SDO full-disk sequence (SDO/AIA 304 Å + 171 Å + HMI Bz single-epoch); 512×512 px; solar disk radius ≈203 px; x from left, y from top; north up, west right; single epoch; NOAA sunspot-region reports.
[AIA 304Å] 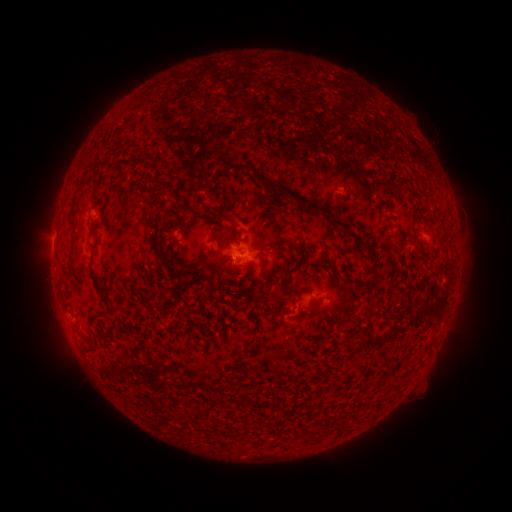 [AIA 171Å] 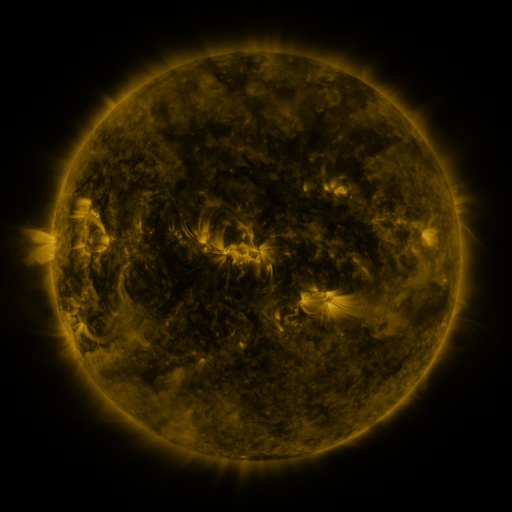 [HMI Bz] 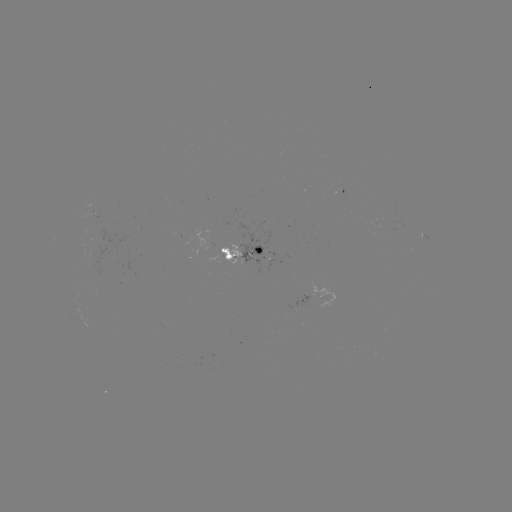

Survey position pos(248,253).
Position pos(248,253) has spotted active region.